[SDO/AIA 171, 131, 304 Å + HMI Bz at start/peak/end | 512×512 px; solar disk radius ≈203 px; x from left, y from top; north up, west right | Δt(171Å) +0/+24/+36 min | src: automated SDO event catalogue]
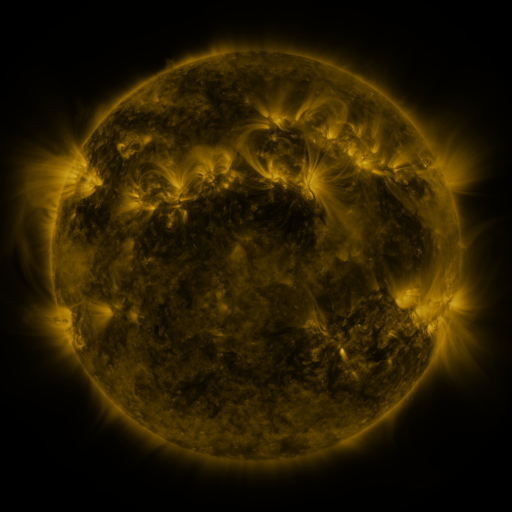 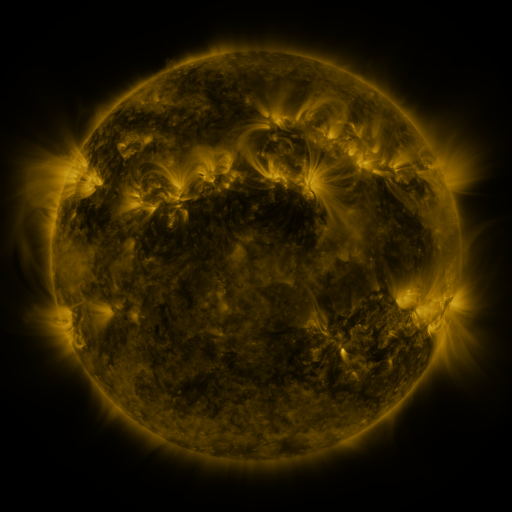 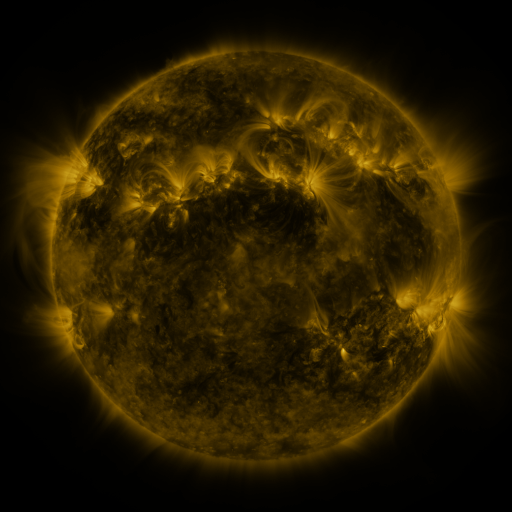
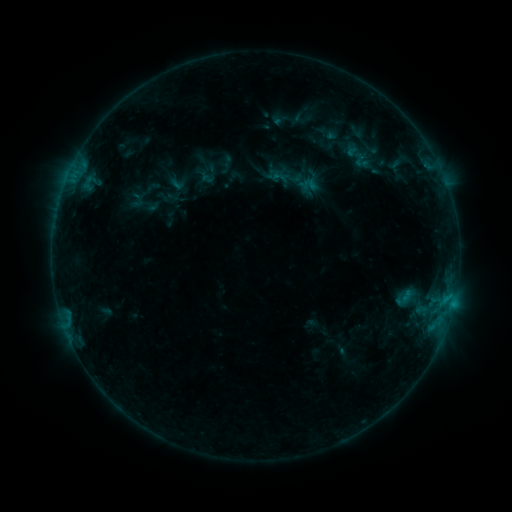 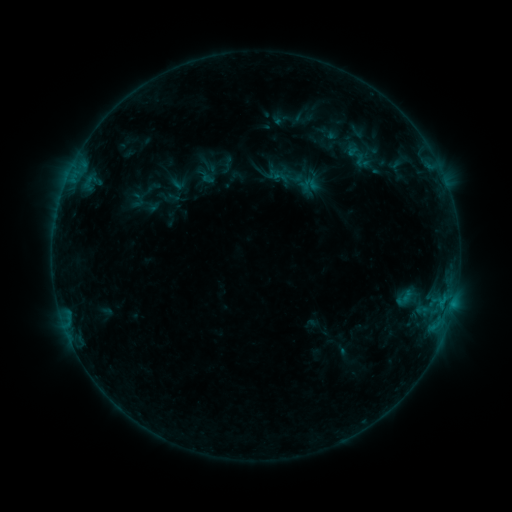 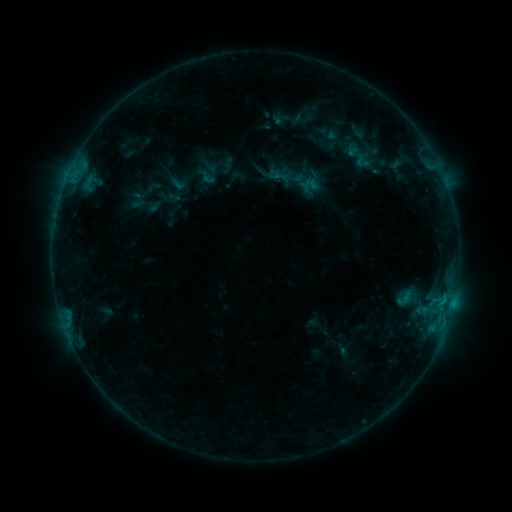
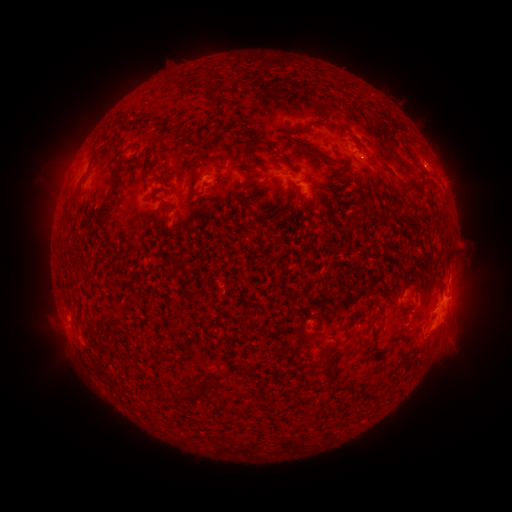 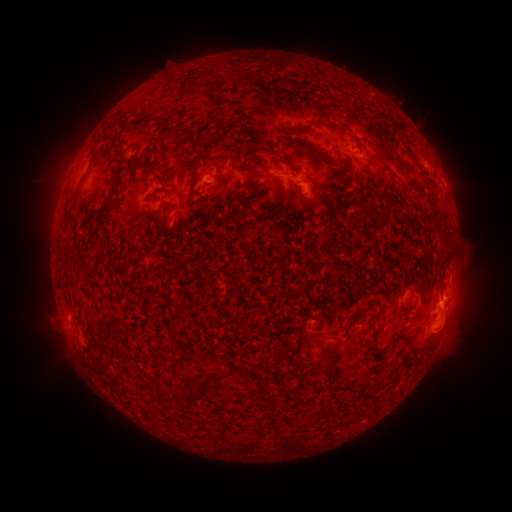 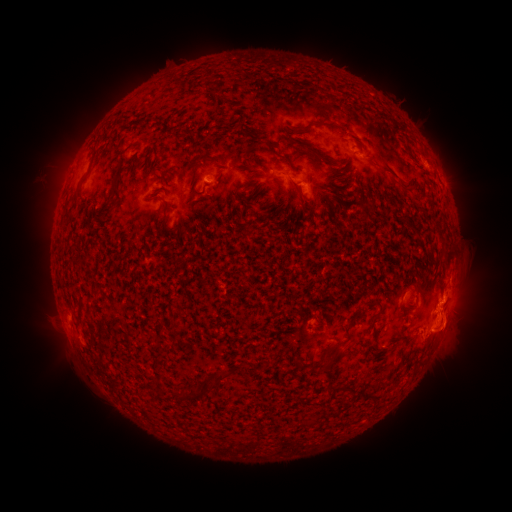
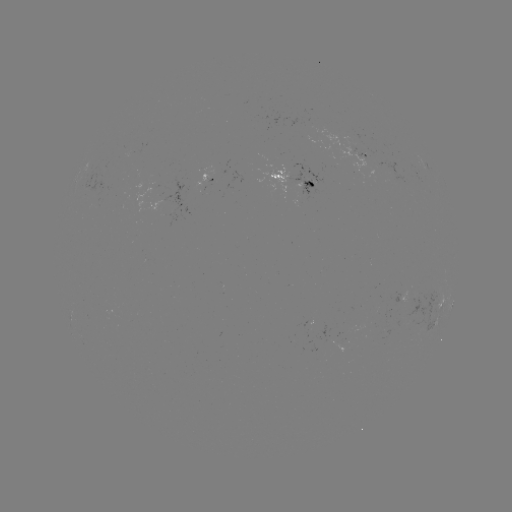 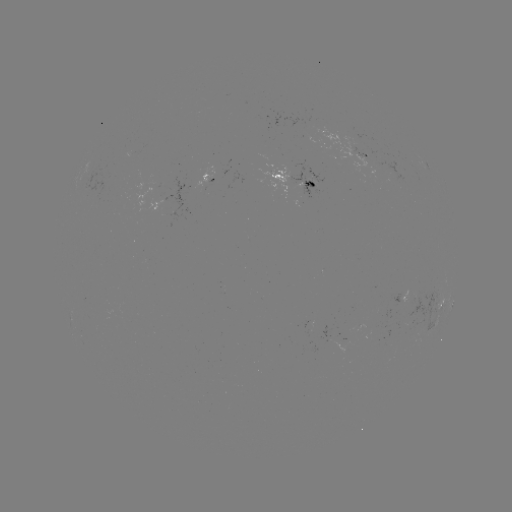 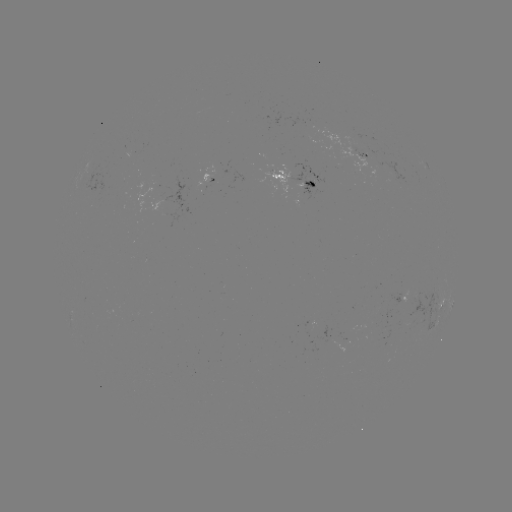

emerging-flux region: (270, 169, 291, 182)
